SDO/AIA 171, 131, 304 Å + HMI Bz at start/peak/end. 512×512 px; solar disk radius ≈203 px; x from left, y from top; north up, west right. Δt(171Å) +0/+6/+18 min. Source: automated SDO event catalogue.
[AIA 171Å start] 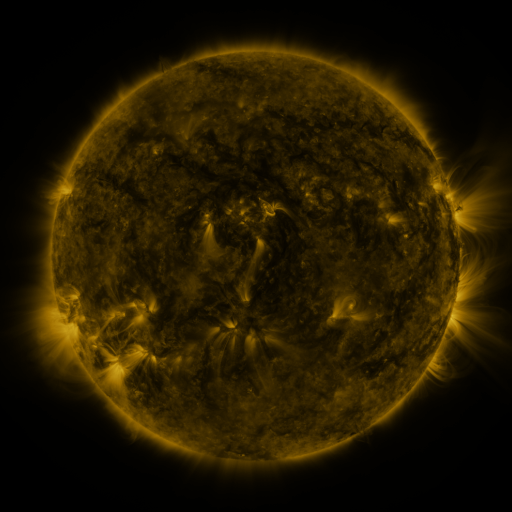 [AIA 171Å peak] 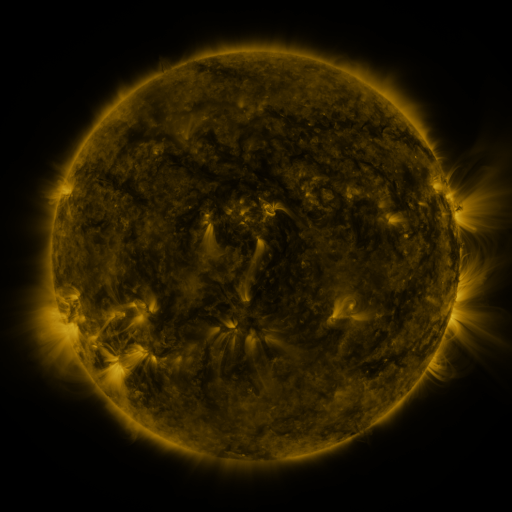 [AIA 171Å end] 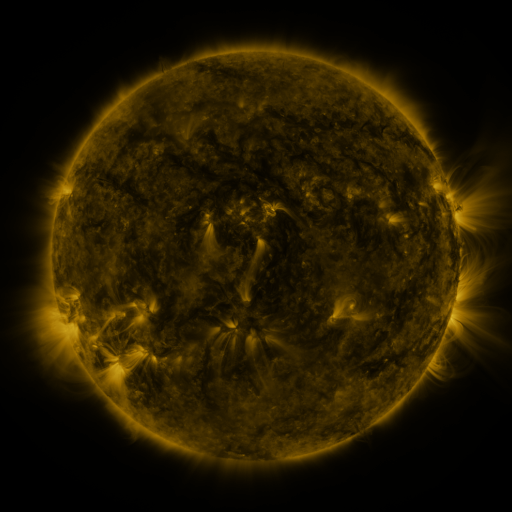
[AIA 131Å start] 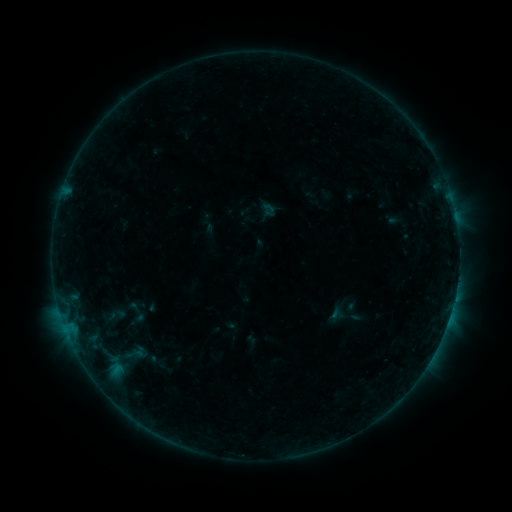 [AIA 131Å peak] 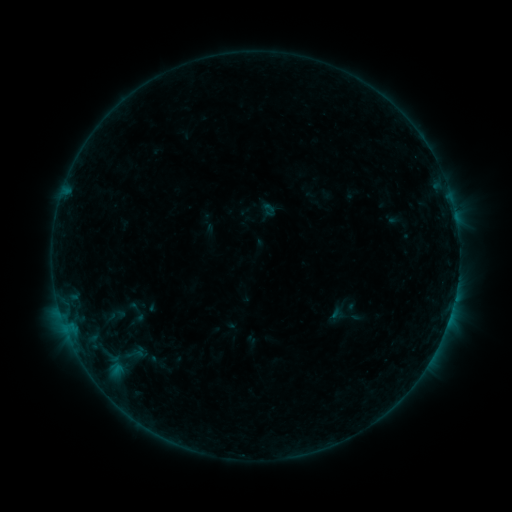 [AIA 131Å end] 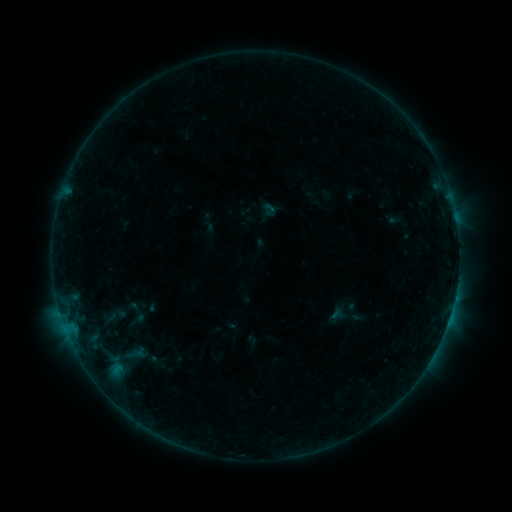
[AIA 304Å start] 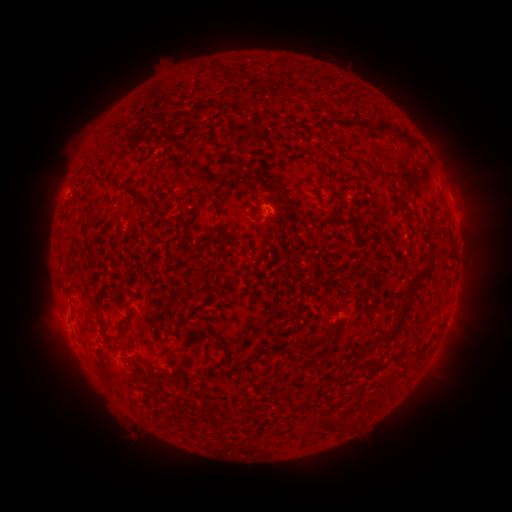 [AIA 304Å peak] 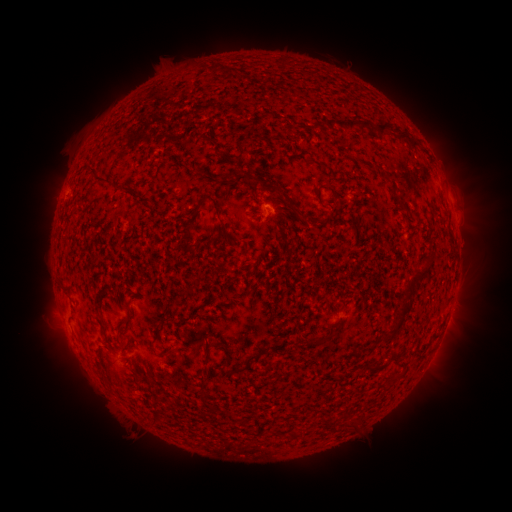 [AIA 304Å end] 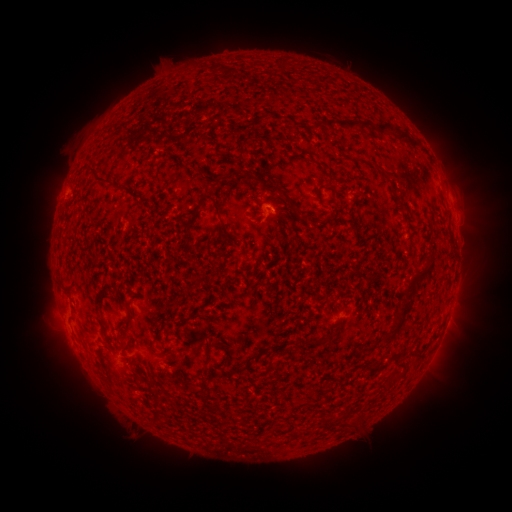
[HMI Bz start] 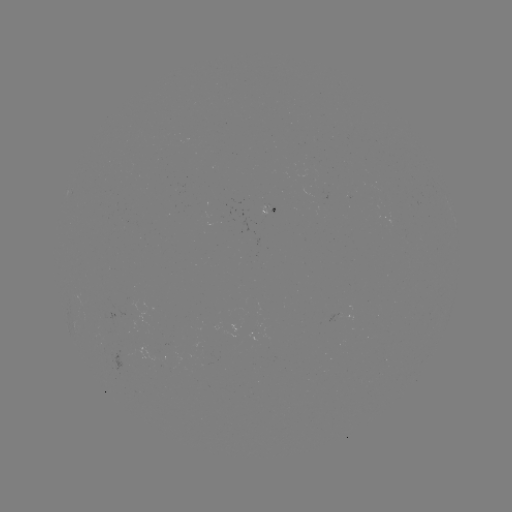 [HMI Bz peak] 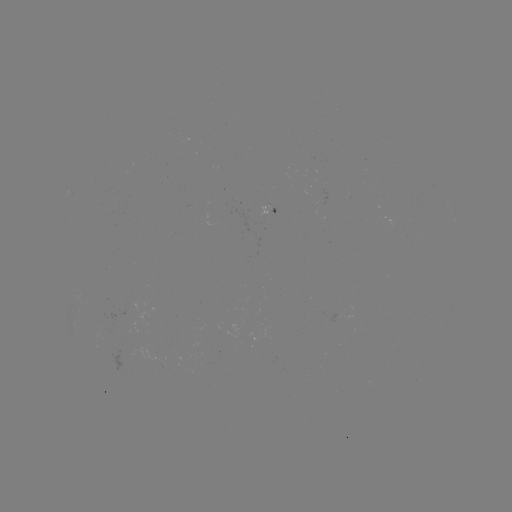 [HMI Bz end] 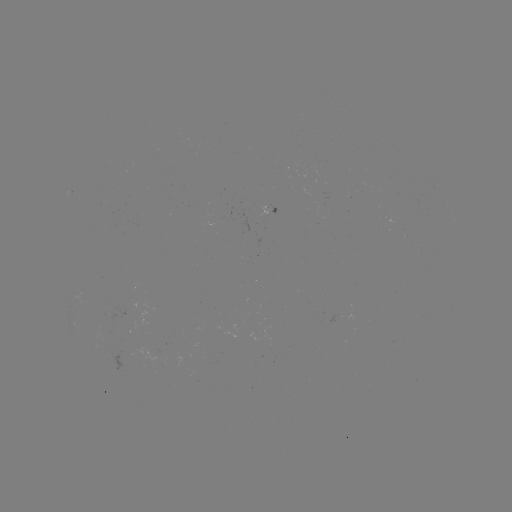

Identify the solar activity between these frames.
nothing was catalogued: no classed flare, no EUV trigger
